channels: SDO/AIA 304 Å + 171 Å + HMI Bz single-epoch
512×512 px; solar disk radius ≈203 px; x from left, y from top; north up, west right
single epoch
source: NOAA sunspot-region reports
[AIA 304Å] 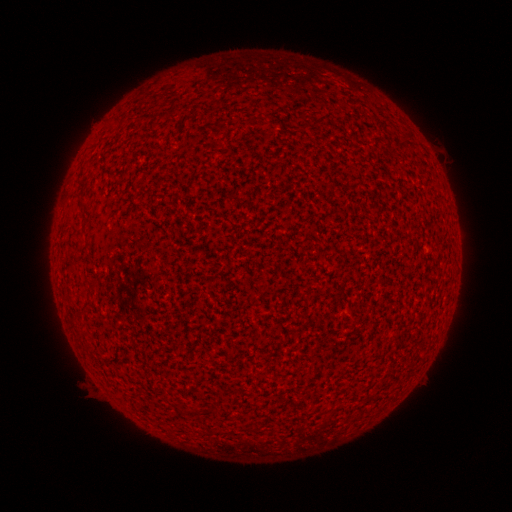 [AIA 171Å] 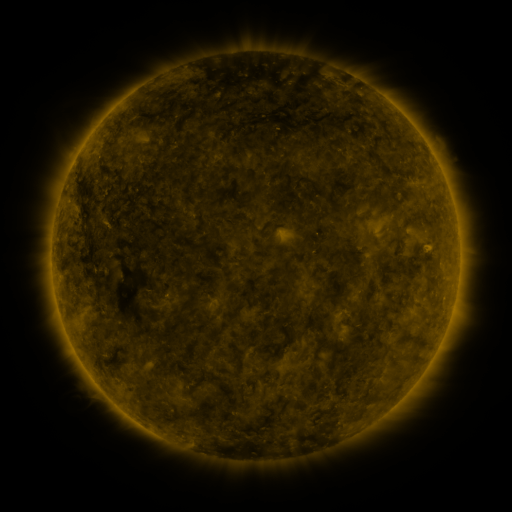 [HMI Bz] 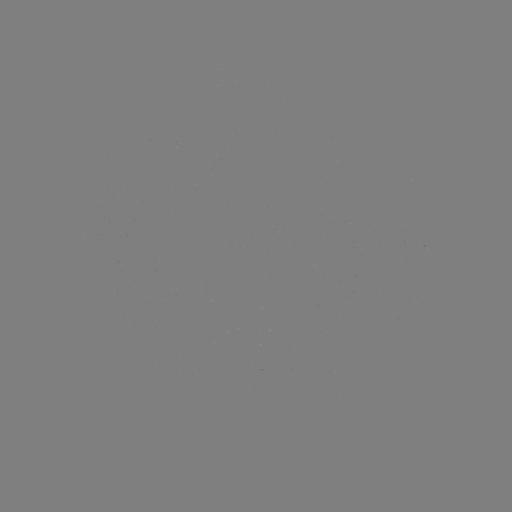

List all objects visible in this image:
(none)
